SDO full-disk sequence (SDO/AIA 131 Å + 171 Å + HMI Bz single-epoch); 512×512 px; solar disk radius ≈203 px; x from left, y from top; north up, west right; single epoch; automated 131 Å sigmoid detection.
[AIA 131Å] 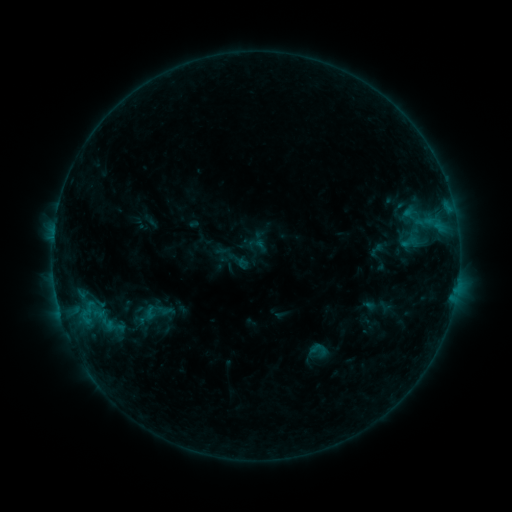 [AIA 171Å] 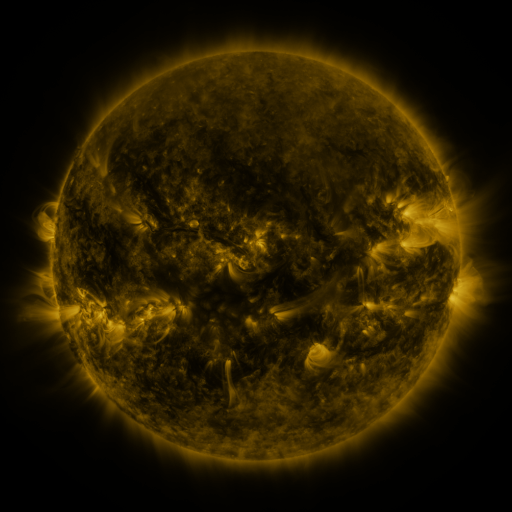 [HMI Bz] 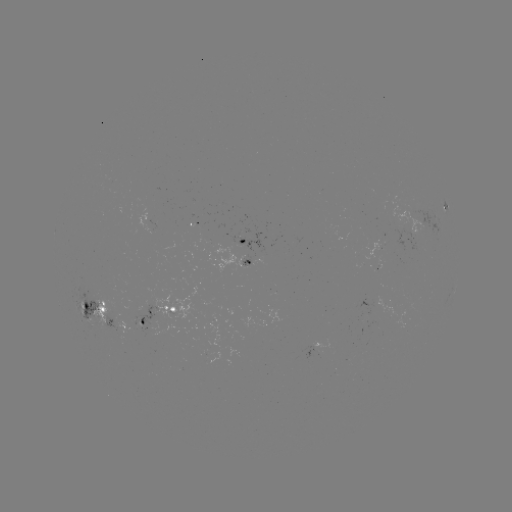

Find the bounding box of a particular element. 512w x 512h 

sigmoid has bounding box [140, 303, 160, 322].